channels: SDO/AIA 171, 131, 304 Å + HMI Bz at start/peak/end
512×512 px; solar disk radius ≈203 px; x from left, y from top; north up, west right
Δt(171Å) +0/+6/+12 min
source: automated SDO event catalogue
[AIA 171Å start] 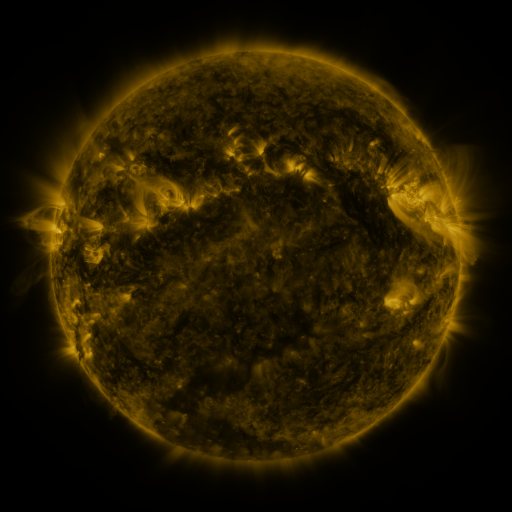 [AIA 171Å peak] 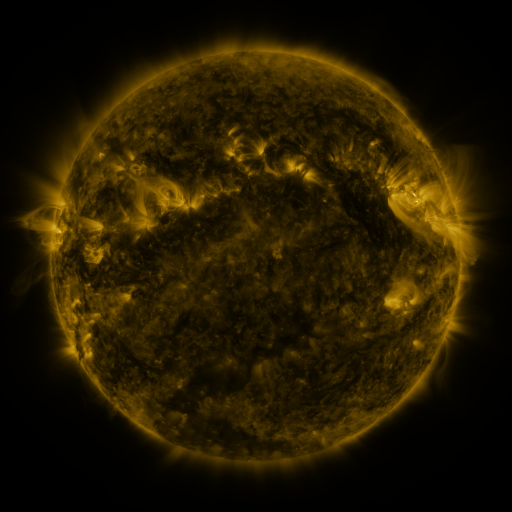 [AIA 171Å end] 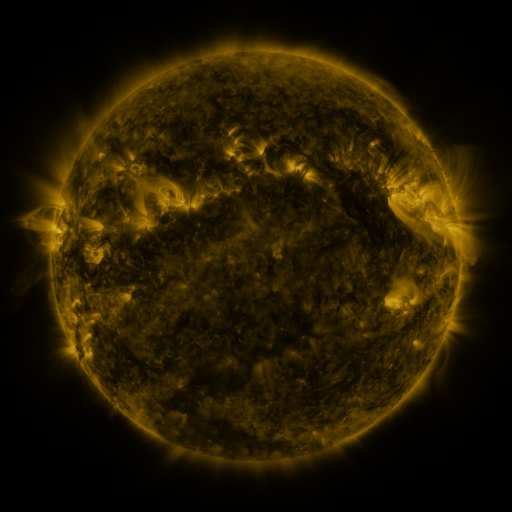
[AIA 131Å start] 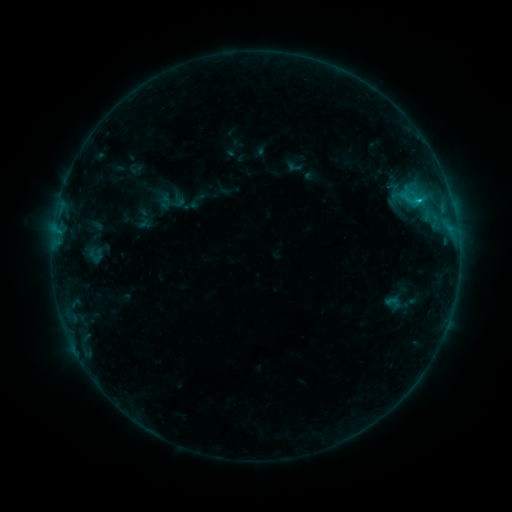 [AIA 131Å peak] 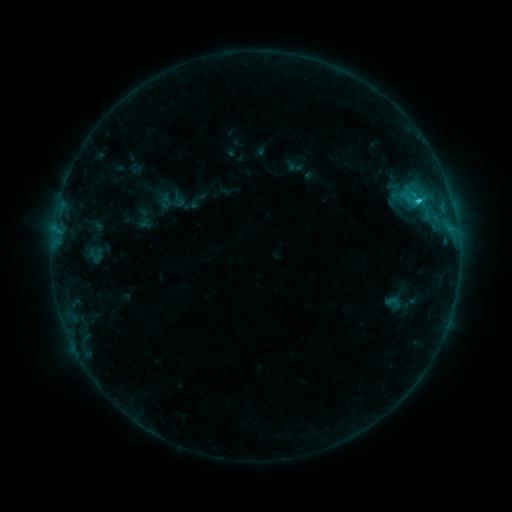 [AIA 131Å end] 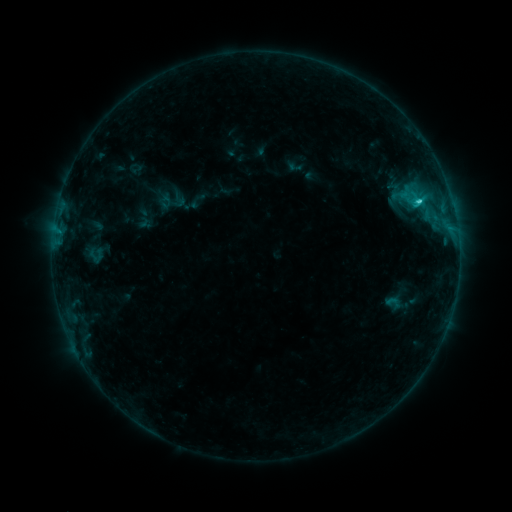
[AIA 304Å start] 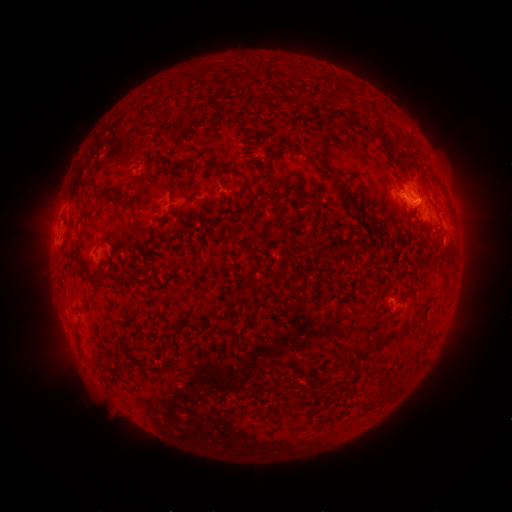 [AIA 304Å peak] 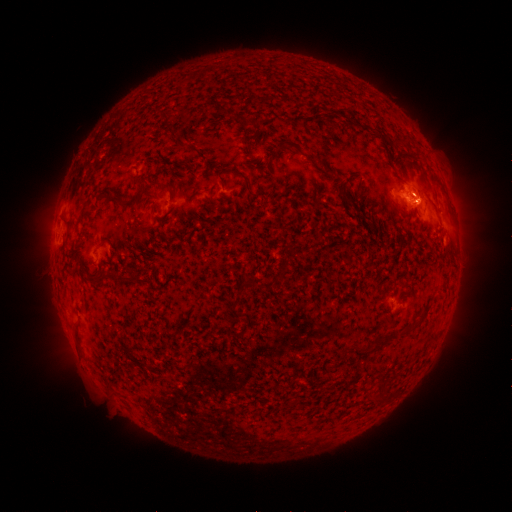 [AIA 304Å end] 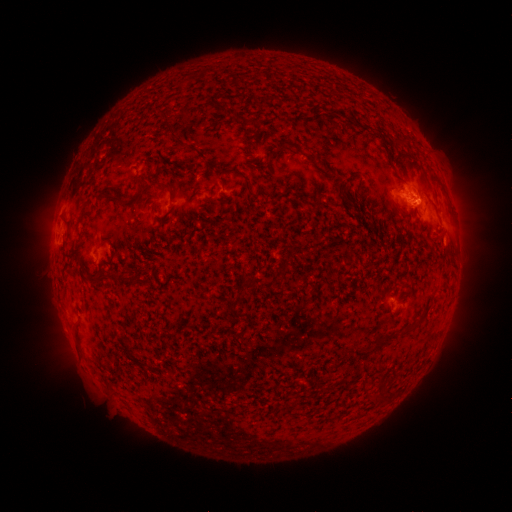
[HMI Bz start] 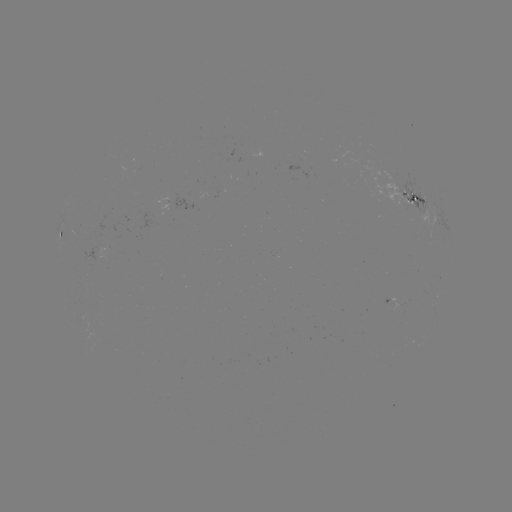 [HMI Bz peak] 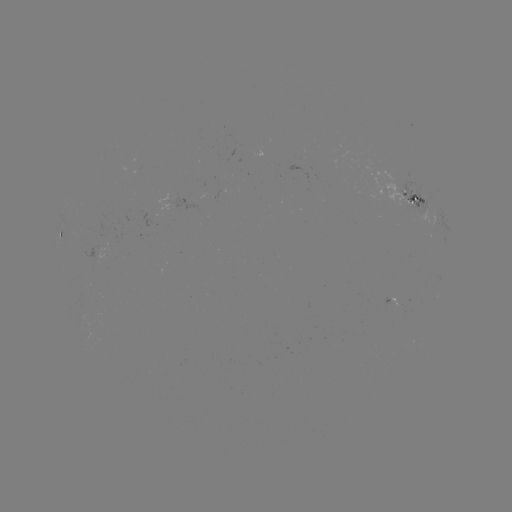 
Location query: C1.4 flare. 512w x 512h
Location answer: [417, 203].